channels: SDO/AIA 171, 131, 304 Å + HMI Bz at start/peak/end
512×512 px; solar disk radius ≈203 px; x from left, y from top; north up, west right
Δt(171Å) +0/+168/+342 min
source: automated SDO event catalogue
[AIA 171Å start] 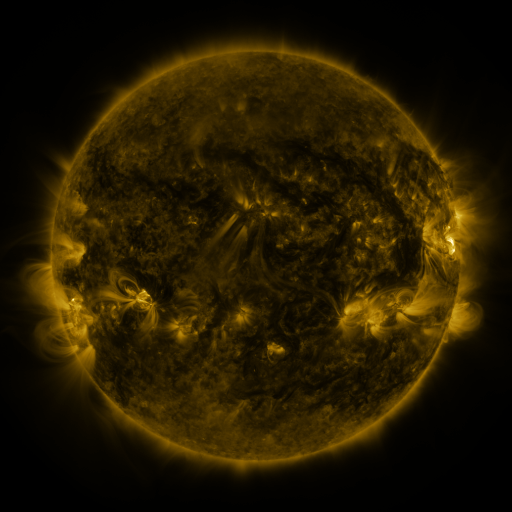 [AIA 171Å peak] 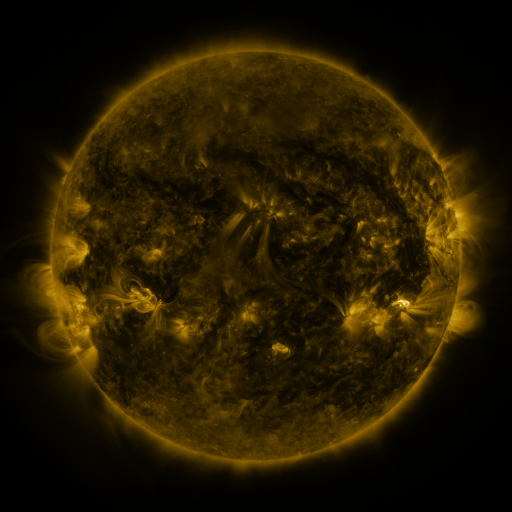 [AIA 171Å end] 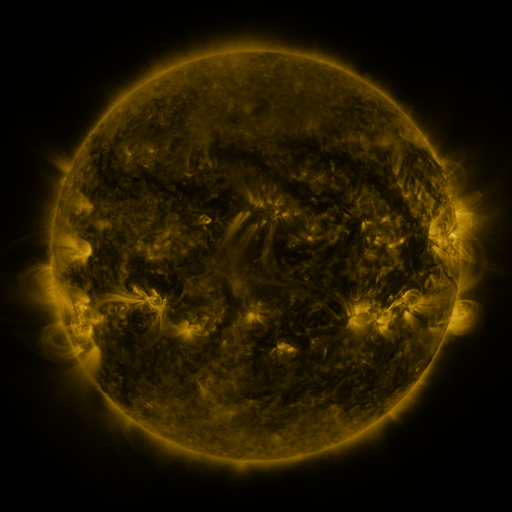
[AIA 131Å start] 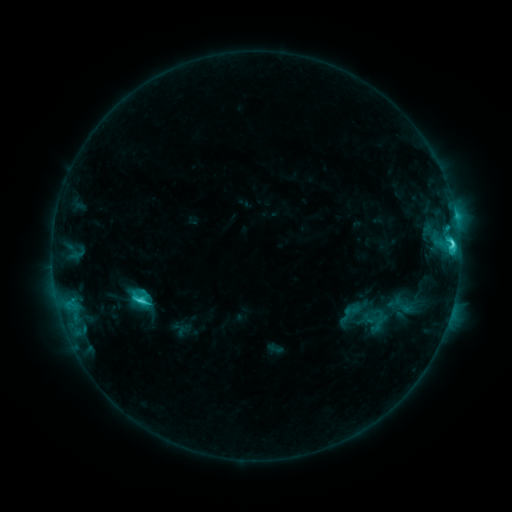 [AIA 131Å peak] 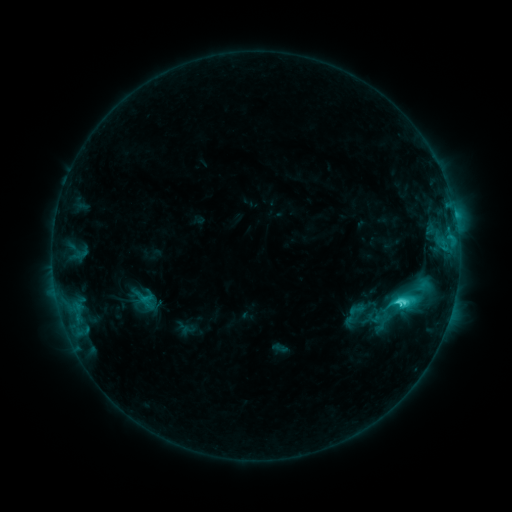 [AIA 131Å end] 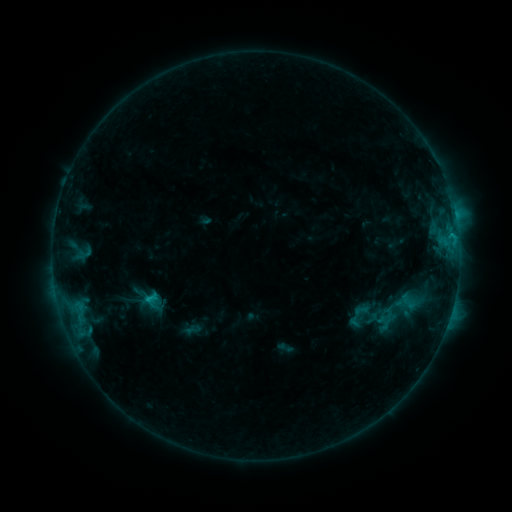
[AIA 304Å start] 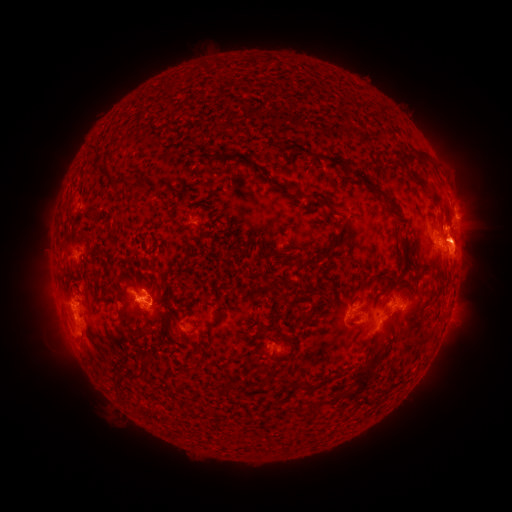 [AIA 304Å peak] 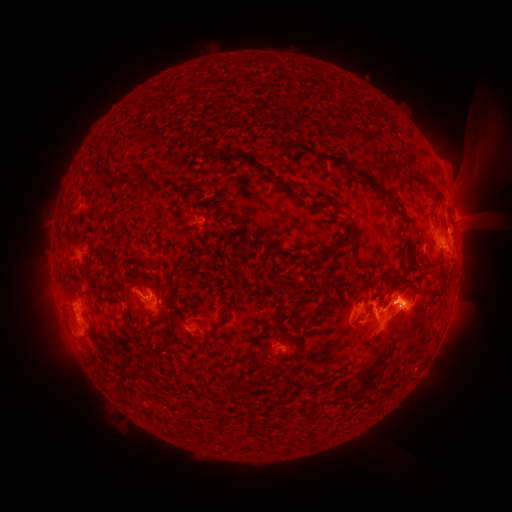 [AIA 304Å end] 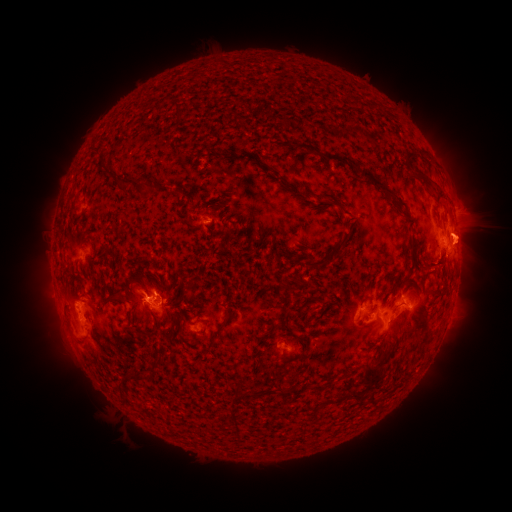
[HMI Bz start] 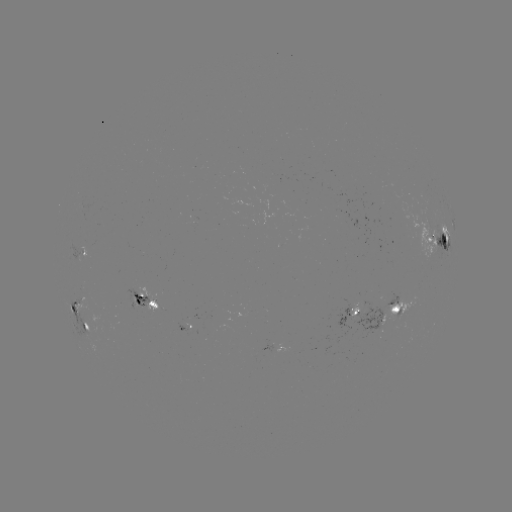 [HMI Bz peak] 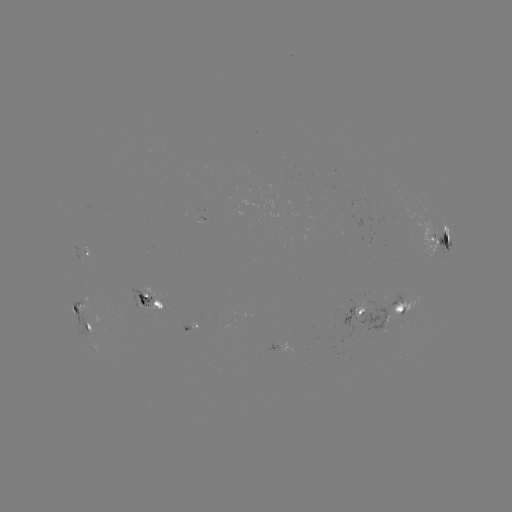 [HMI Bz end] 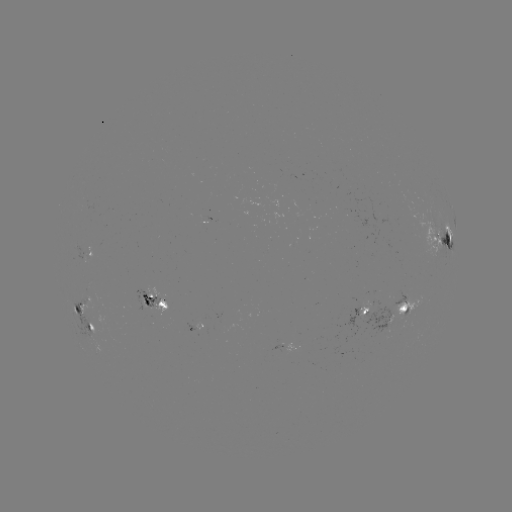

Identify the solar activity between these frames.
filament eruption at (447, 176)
